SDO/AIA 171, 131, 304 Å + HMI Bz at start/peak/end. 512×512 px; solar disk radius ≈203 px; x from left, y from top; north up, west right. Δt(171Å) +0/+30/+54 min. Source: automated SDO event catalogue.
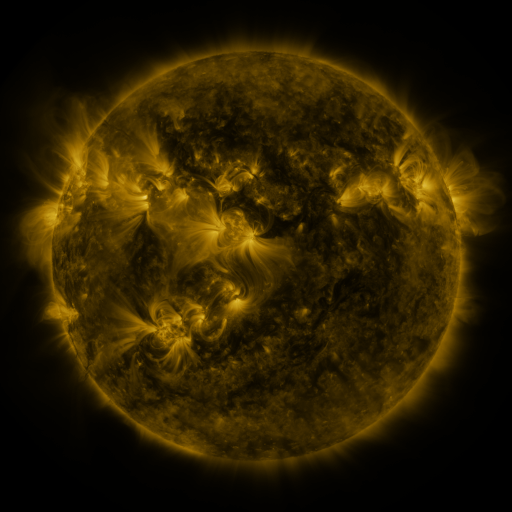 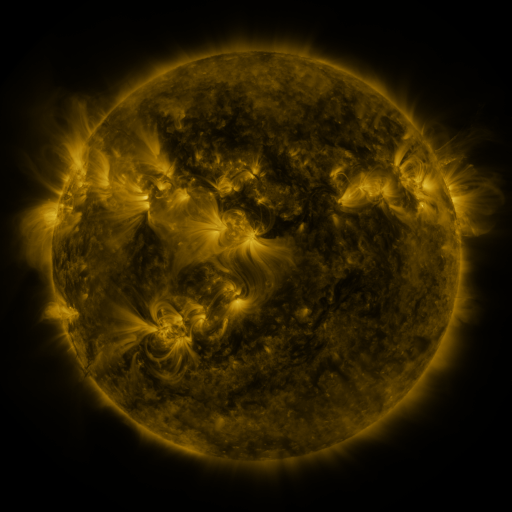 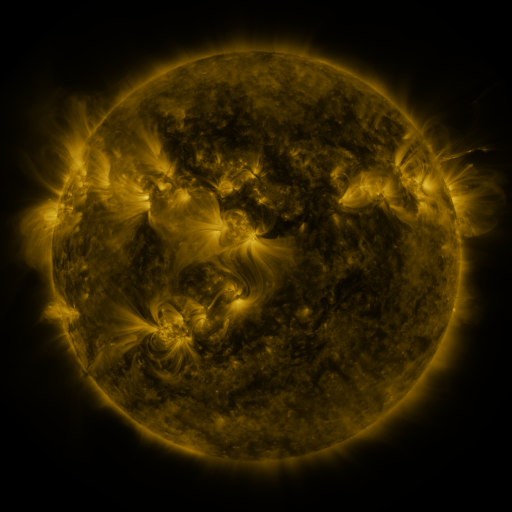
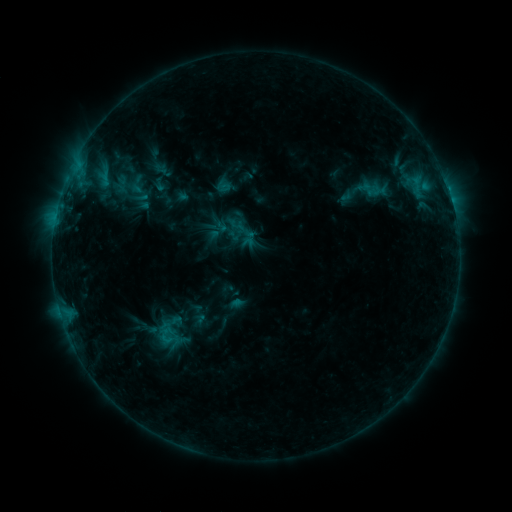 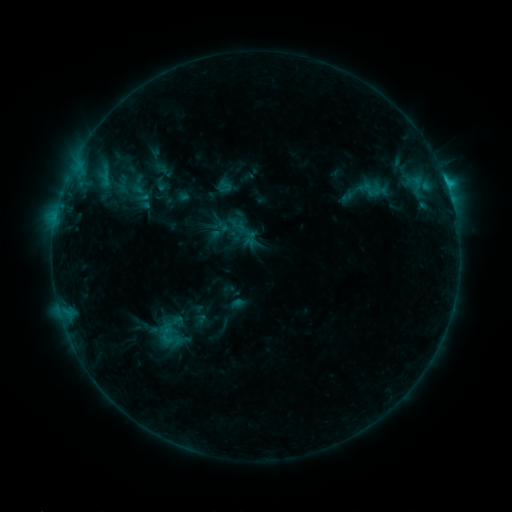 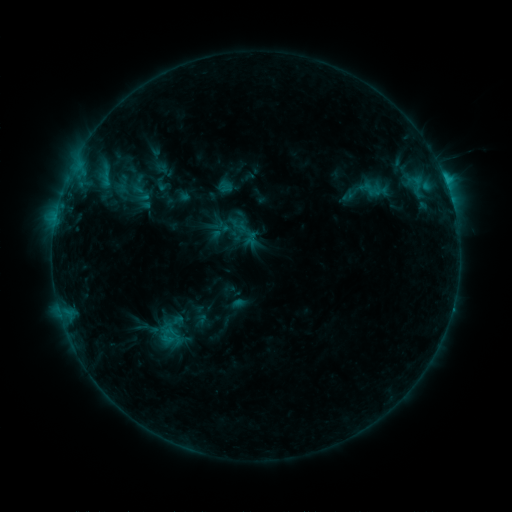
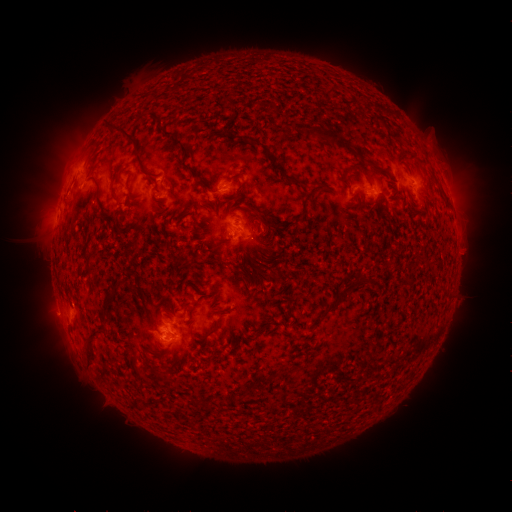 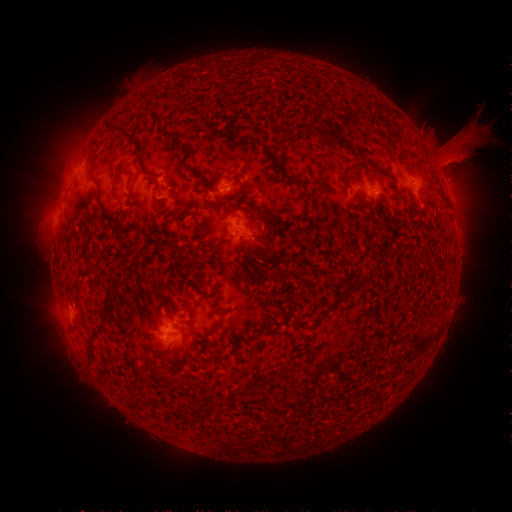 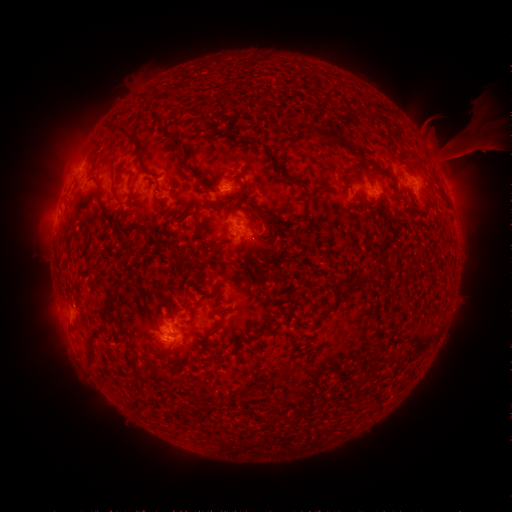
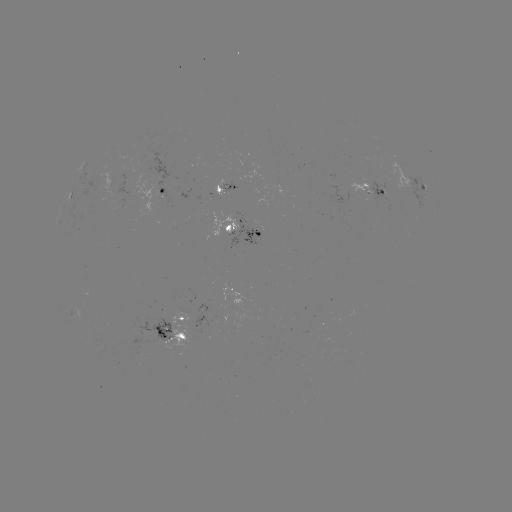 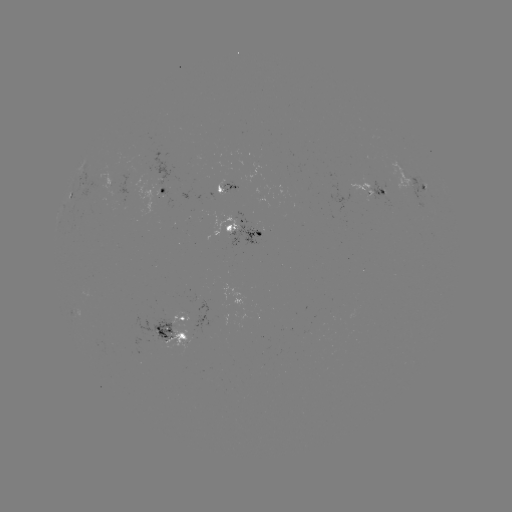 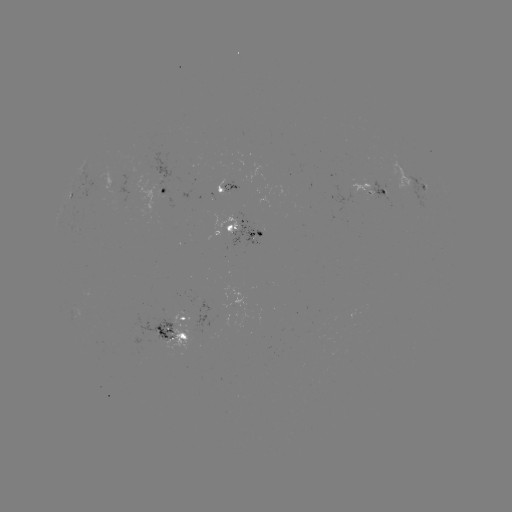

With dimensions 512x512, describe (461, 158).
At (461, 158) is eruption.